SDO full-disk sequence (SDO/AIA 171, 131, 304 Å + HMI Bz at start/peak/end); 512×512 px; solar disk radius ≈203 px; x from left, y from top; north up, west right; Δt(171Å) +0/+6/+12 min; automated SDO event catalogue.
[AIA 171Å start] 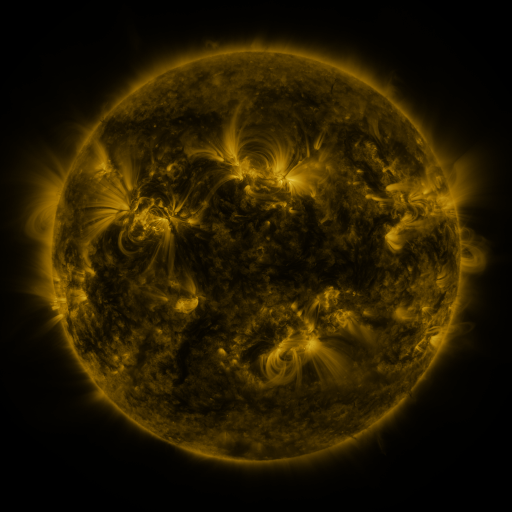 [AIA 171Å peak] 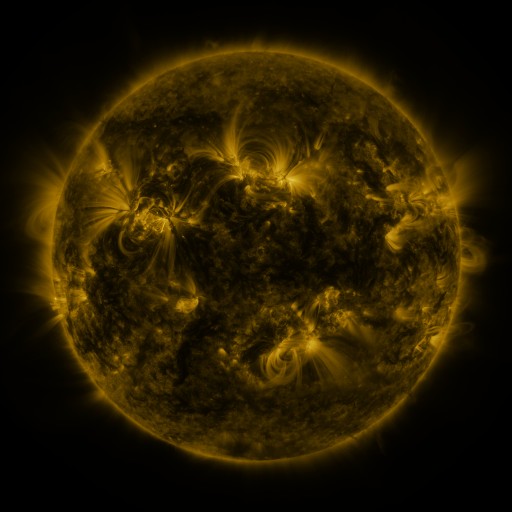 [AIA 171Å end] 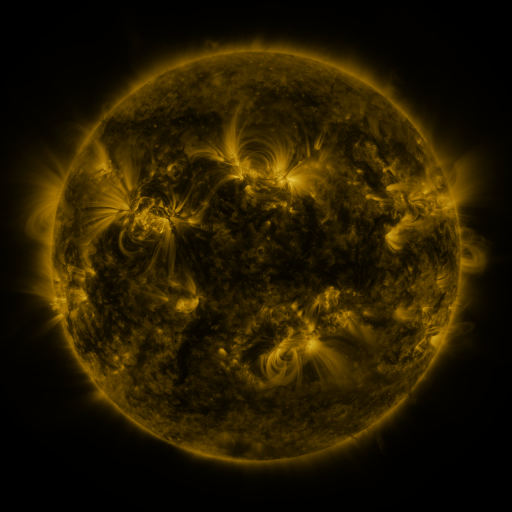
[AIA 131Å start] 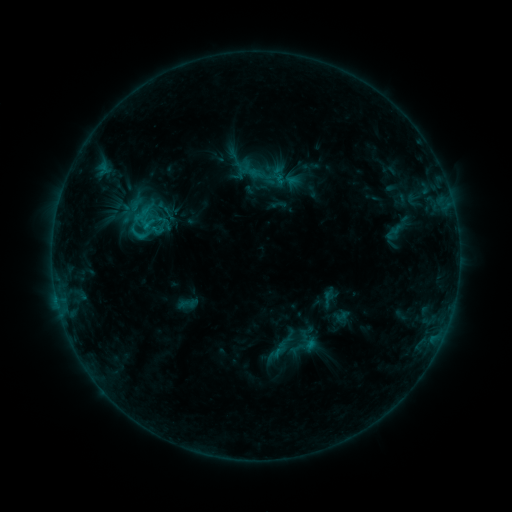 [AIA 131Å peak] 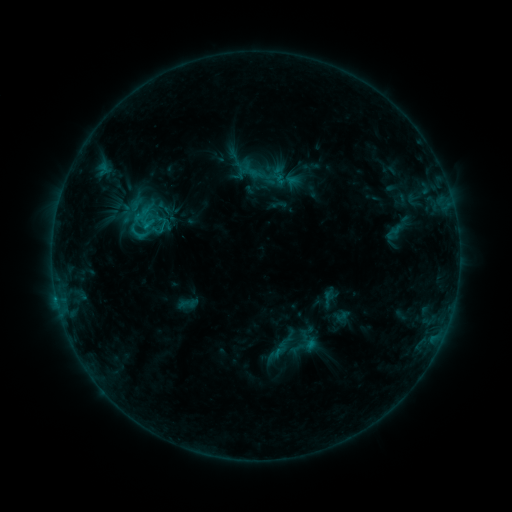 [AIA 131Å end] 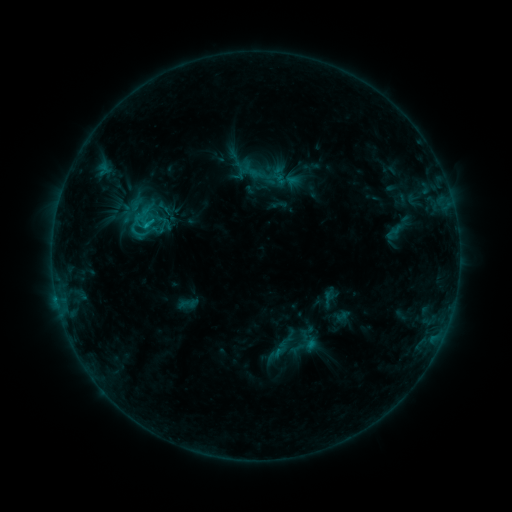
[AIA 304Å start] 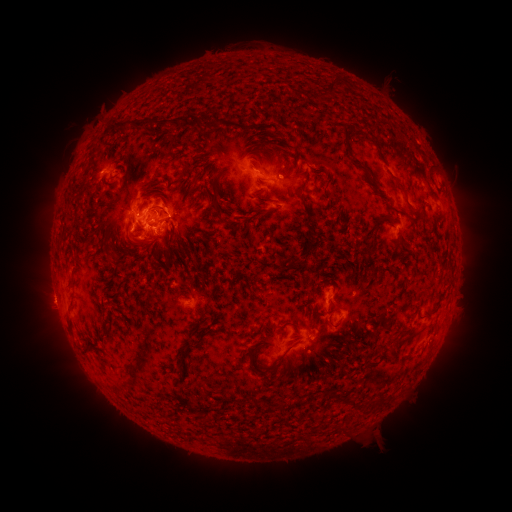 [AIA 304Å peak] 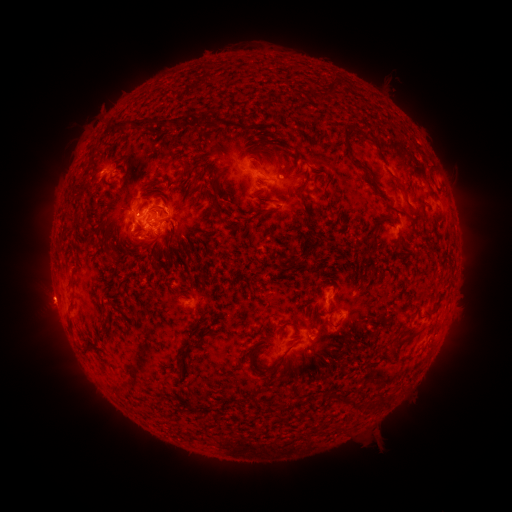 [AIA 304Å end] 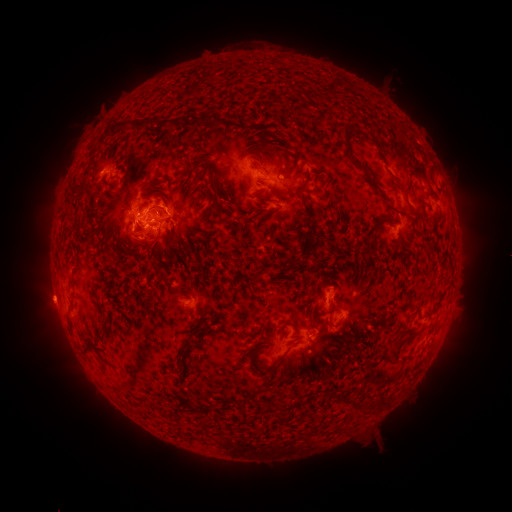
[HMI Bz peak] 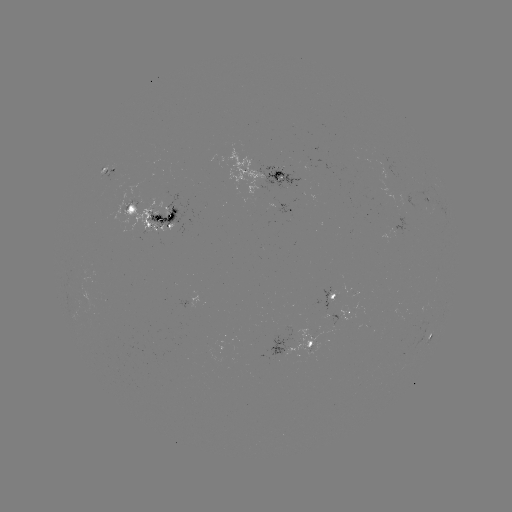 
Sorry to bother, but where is eruption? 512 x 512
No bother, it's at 45,298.